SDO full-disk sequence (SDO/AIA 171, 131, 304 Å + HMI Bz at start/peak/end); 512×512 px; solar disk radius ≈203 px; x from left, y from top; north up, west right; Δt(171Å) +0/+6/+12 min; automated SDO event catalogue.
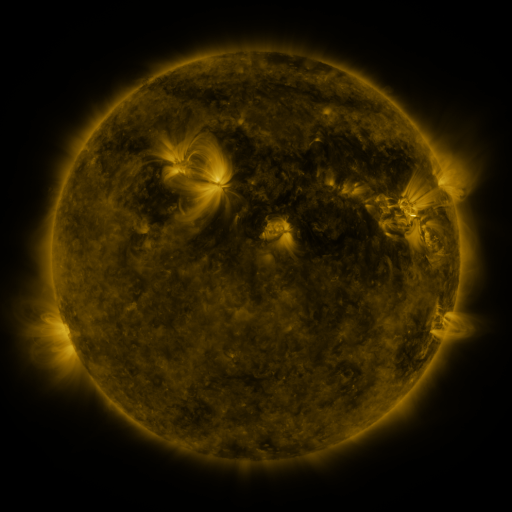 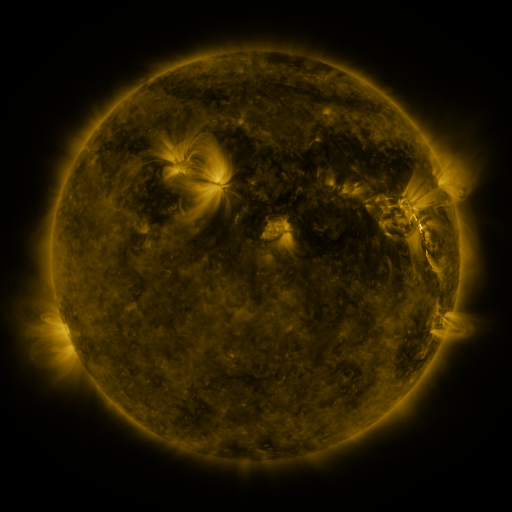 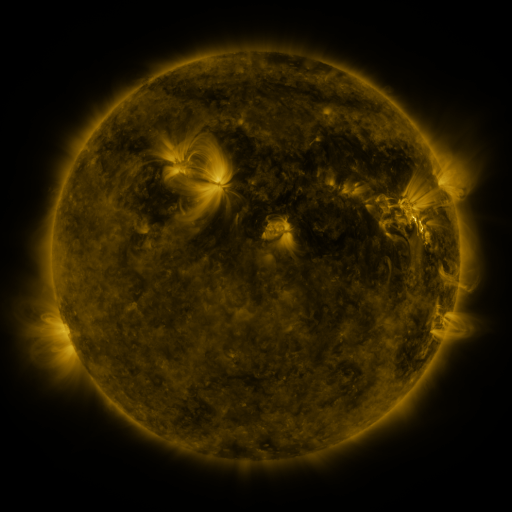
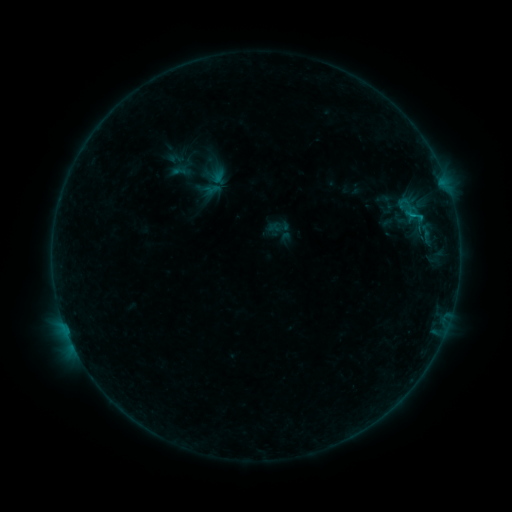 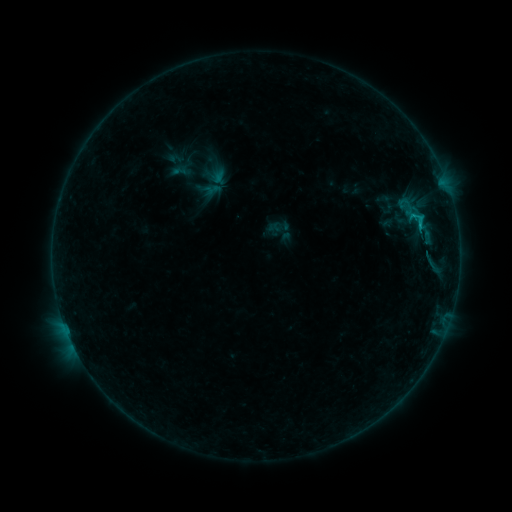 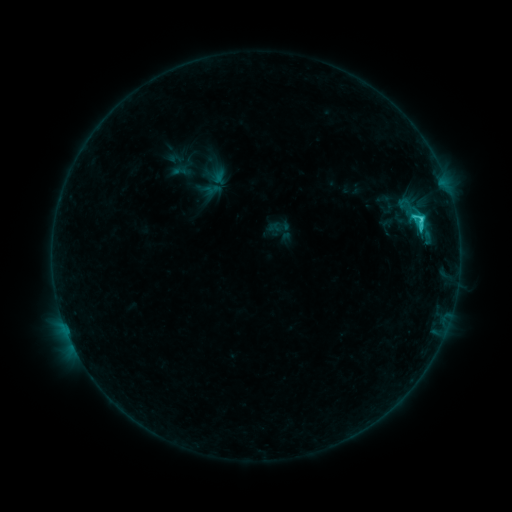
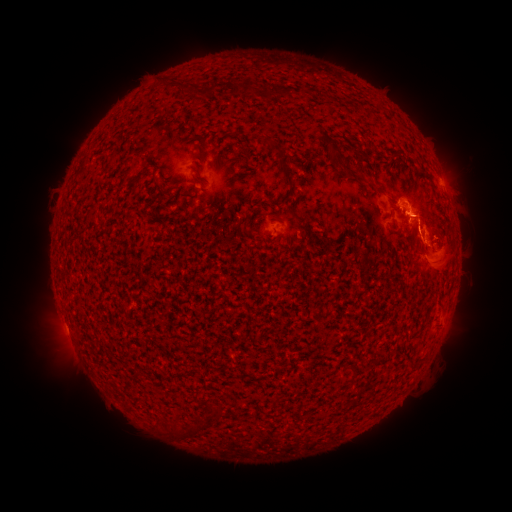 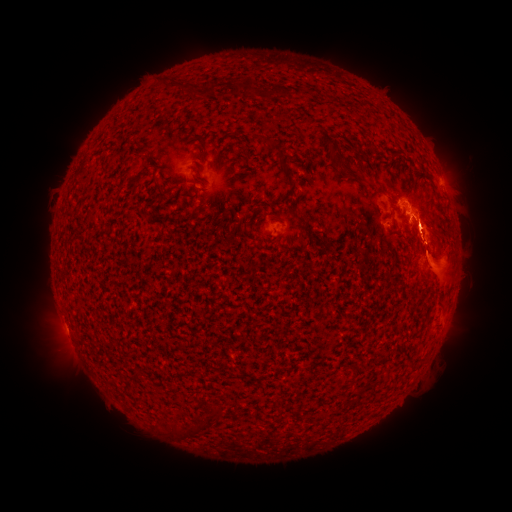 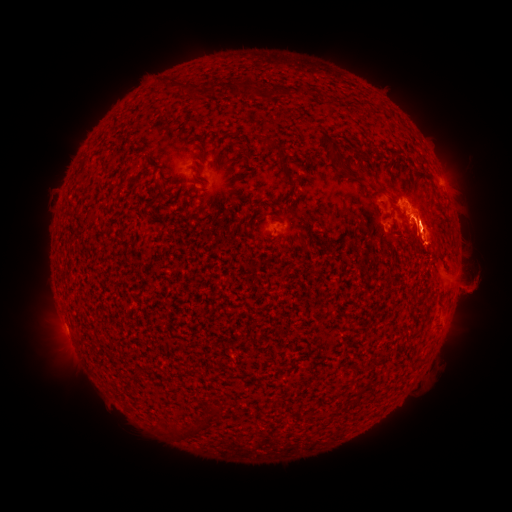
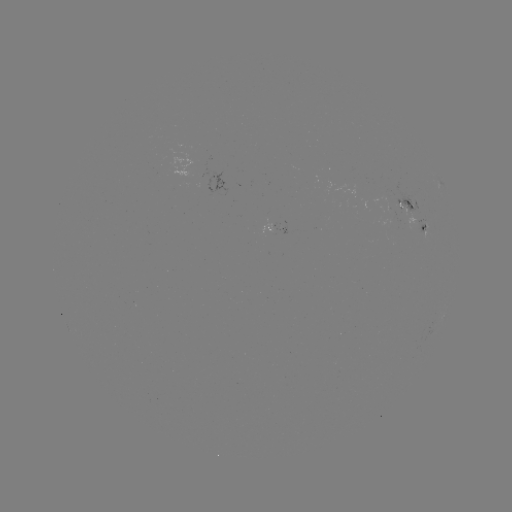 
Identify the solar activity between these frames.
eruption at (439, 157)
